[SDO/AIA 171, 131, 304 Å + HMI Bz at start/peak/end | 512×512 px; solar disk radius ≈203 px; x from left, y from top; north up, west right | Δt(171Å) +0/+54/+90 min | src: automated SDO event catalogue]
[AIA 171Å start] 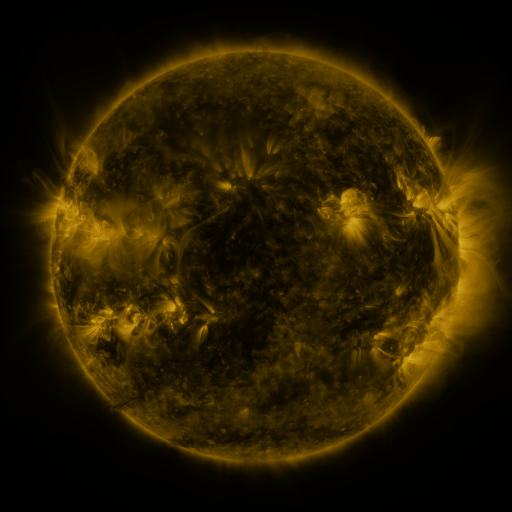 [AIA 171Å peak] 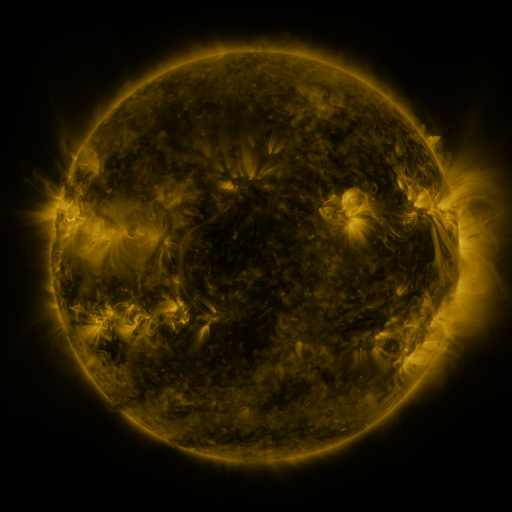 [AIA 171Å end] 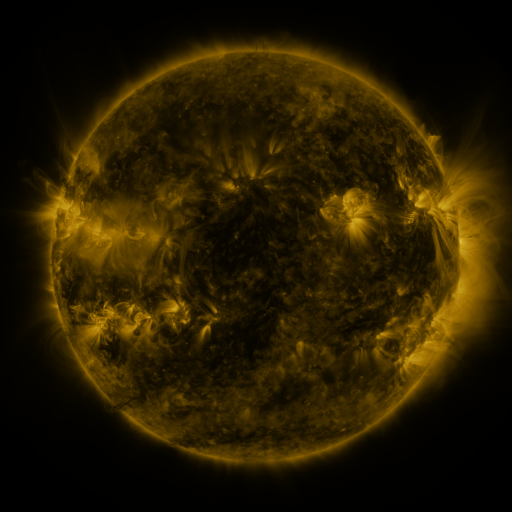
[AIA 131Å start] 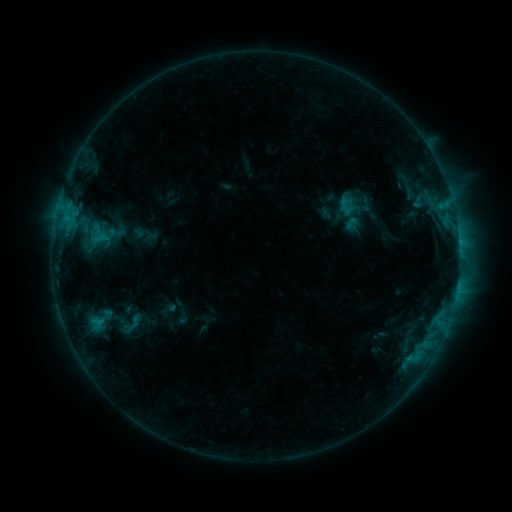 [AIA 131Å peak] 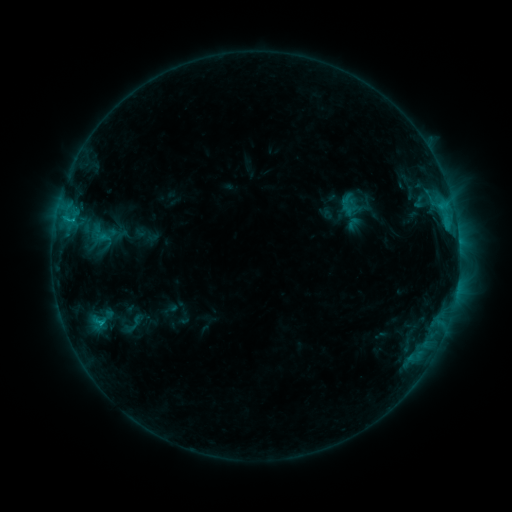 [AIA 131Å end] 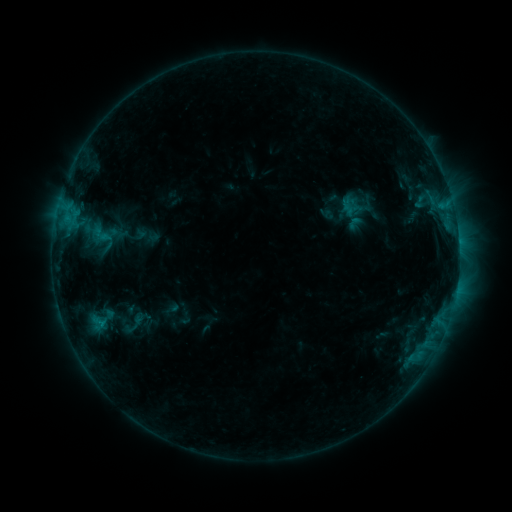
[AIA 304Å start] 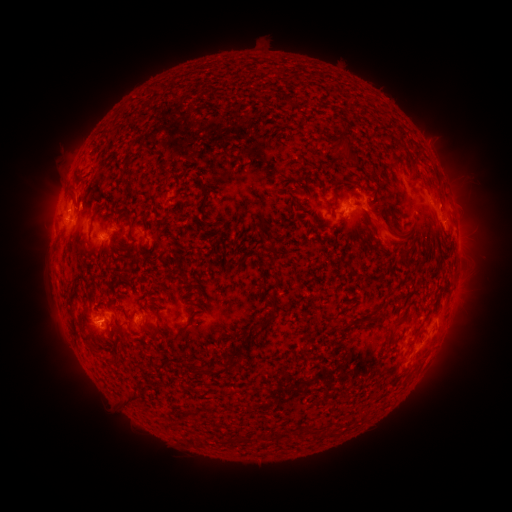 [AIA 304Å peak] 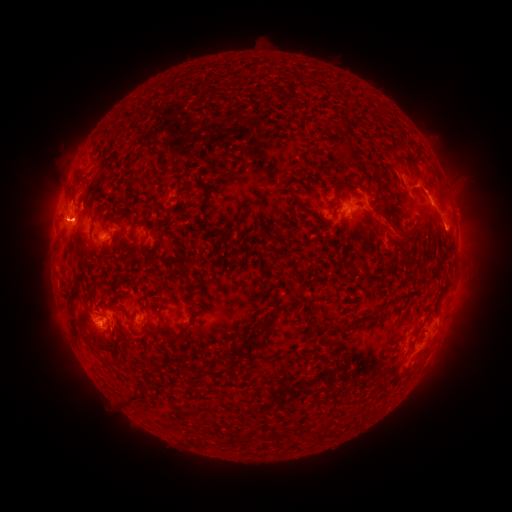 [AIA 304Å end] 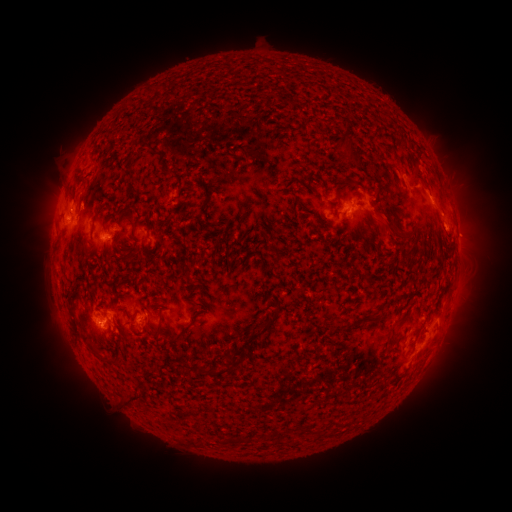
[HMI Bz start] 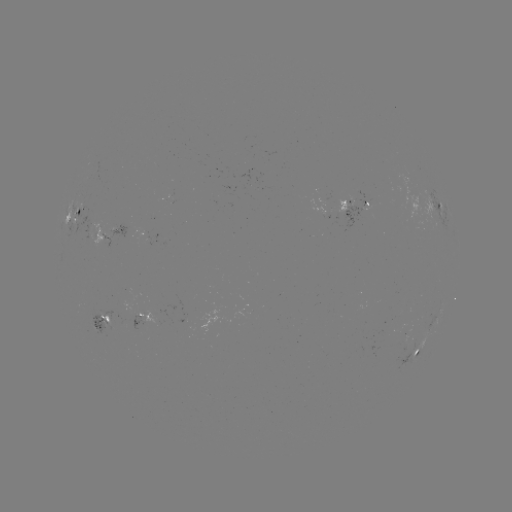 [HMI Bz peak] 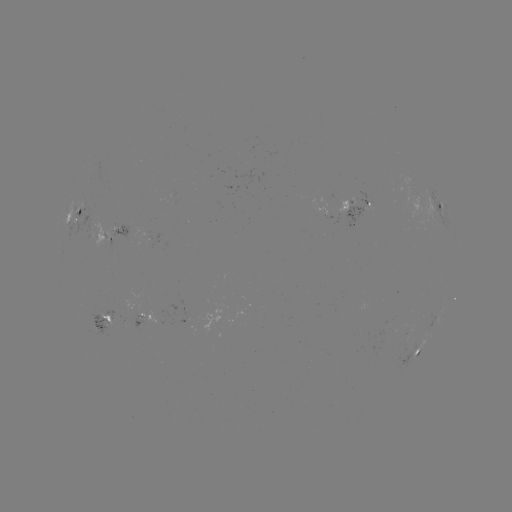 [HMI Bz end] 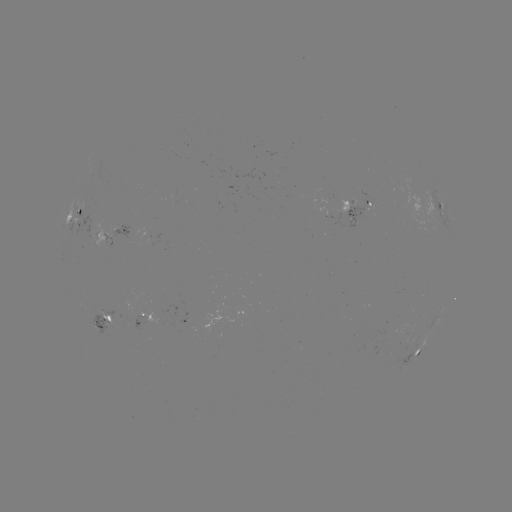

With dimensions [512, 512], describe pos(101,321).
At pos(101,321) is C2.0 flare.